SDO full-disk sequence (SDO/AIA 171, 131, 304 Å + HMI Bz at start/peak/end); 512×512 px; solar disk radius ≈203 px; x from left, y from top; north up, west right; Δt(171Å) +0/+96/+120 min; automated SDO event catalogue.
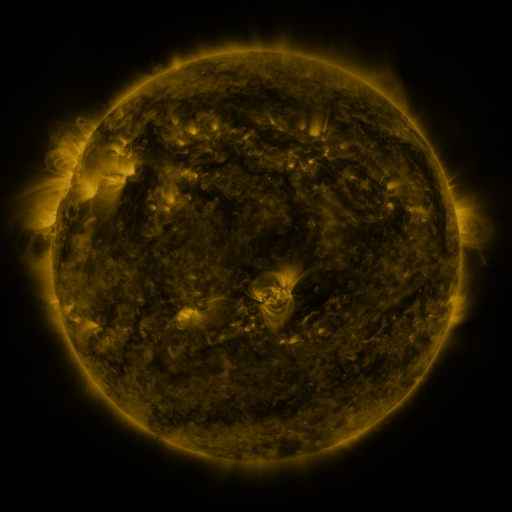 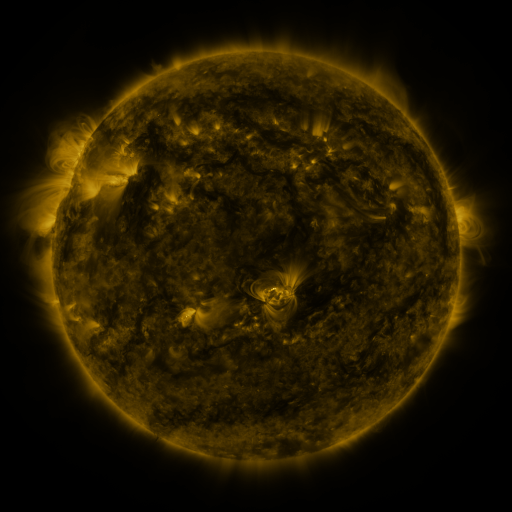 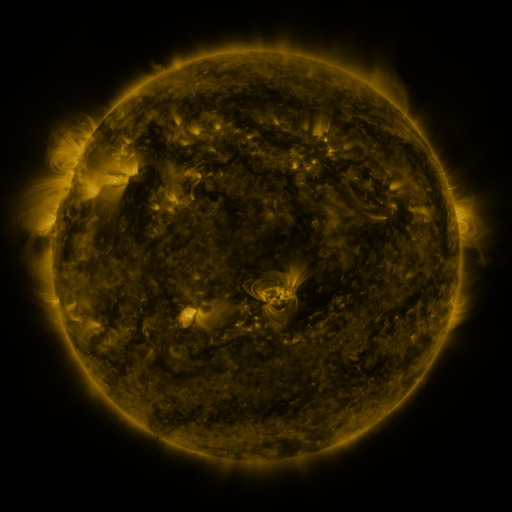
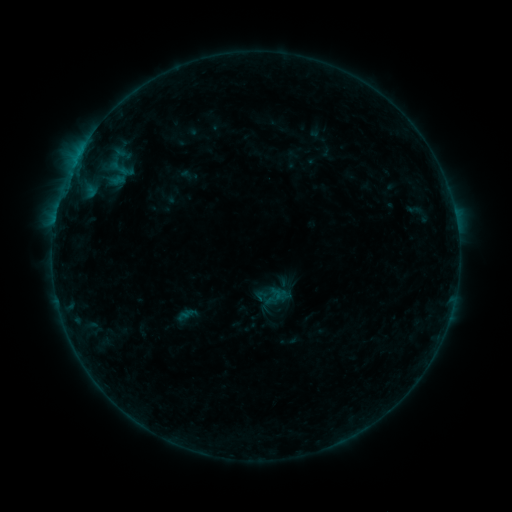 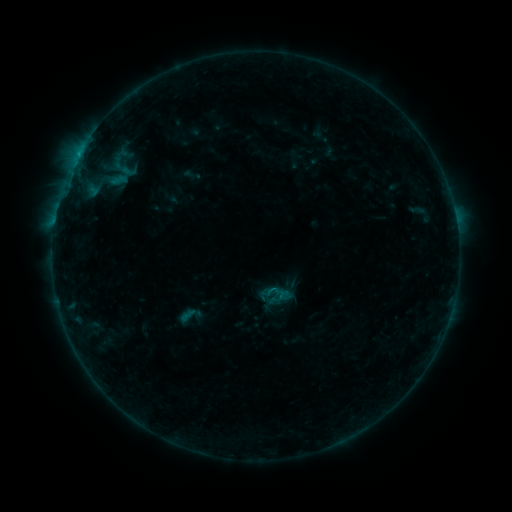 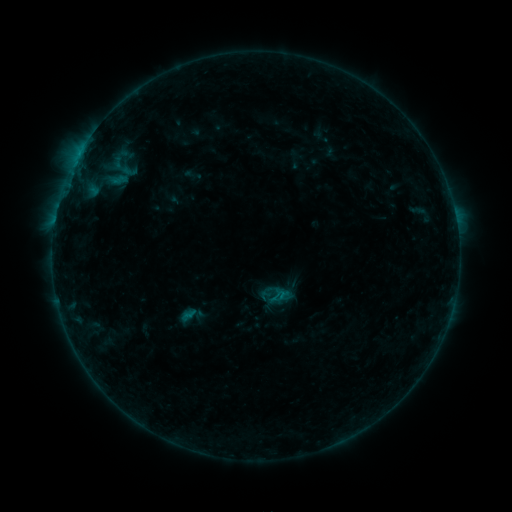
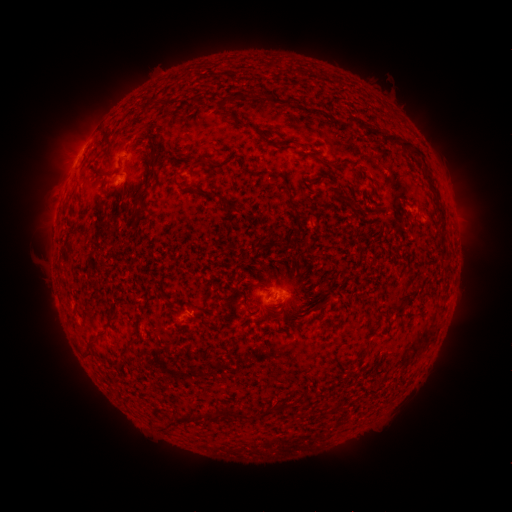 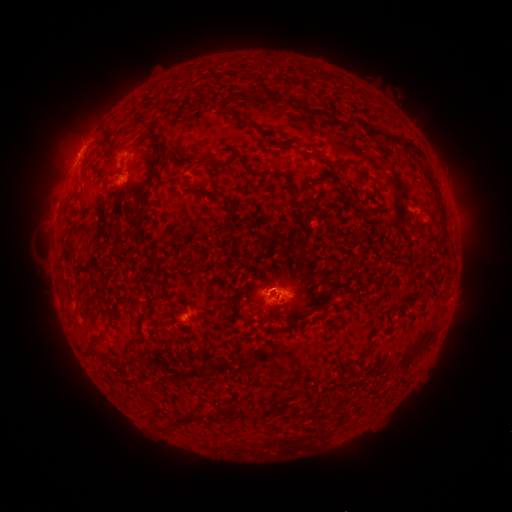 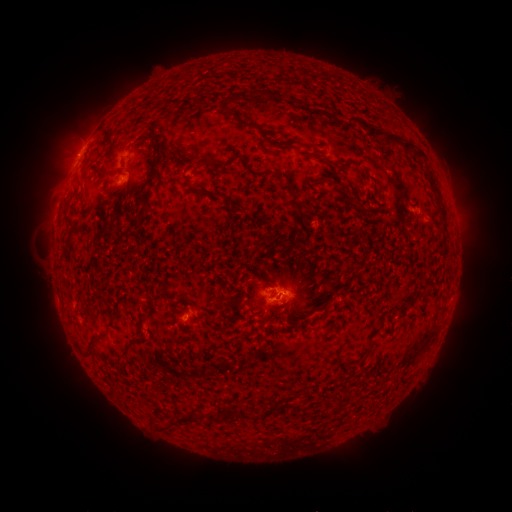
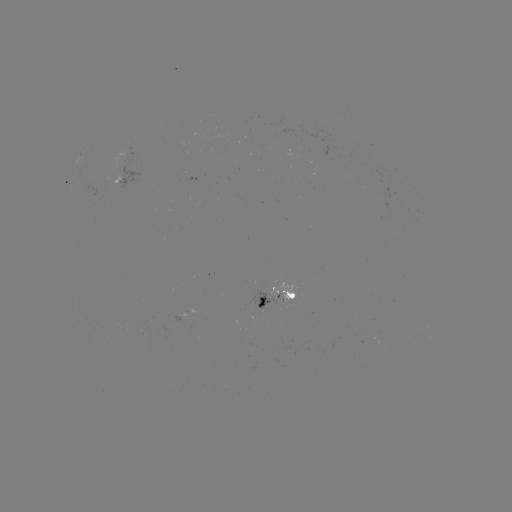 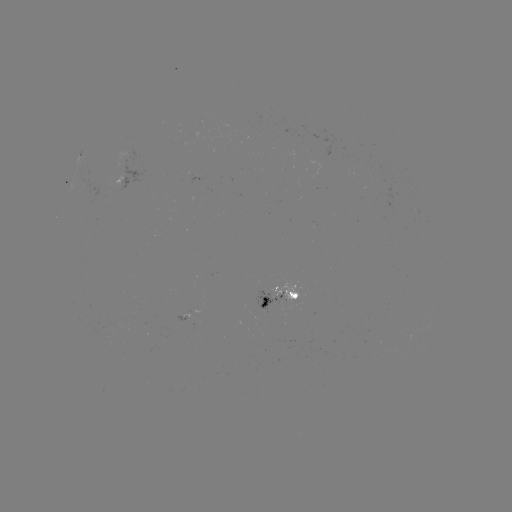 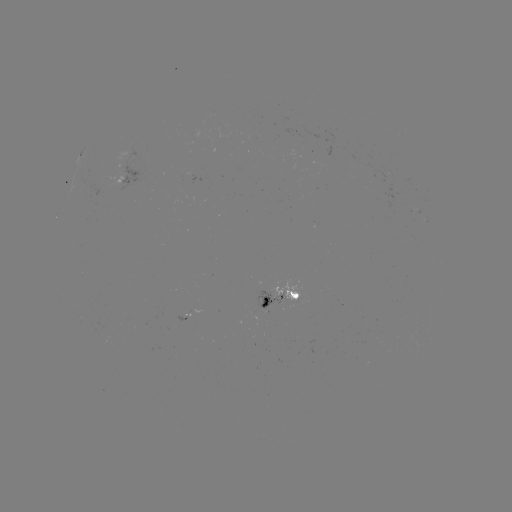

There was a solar emerging-flux region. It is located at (269, 300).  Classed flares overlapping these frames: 2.